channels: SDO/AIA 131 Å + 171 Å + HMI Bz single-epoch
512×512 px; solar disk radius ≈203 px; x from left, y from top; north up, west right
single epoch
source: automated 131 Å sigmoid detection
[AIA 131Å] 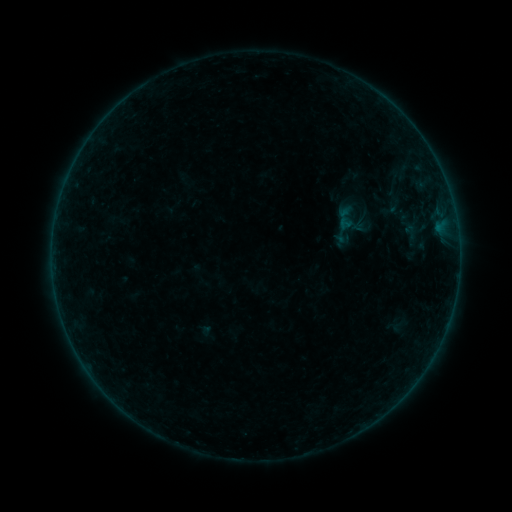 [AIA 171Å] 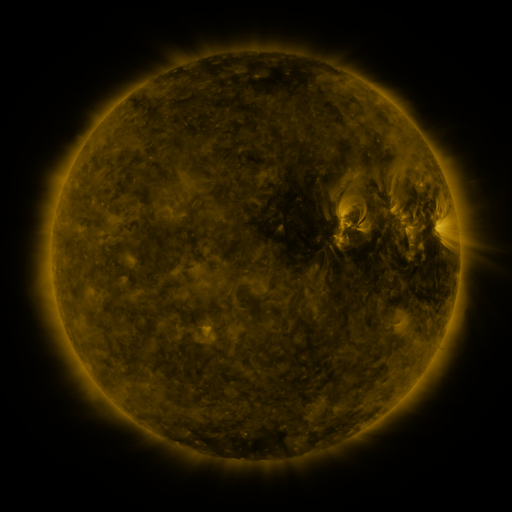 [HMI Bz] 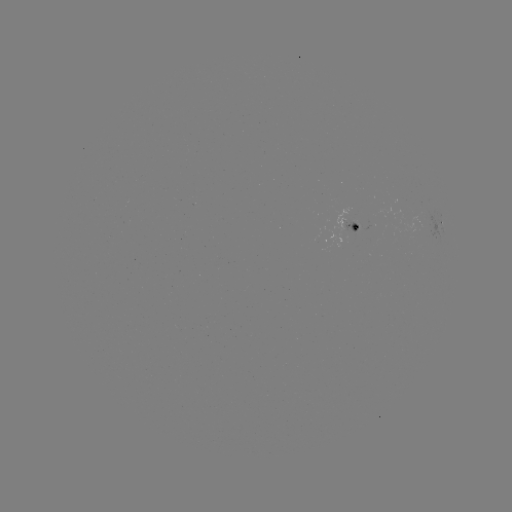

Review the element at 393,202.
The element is sigmoid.